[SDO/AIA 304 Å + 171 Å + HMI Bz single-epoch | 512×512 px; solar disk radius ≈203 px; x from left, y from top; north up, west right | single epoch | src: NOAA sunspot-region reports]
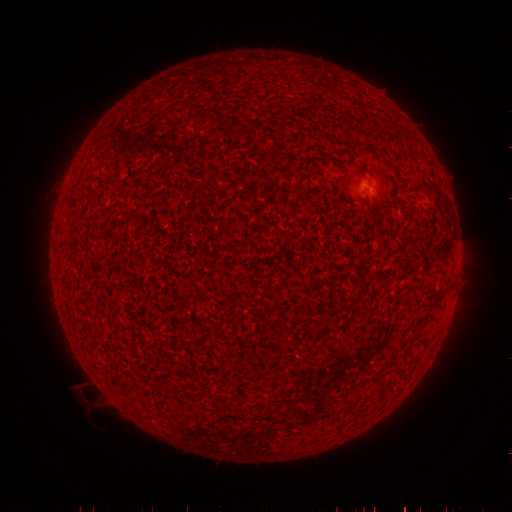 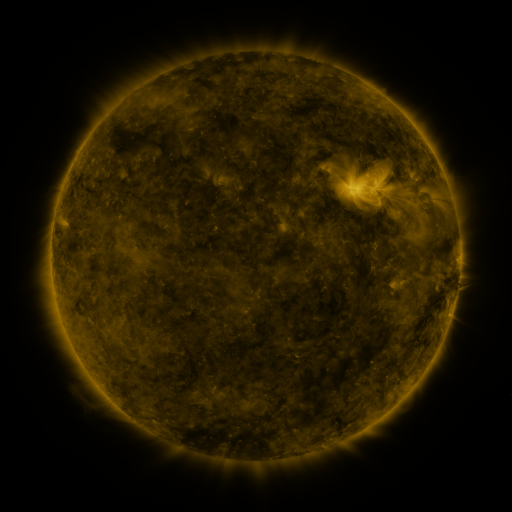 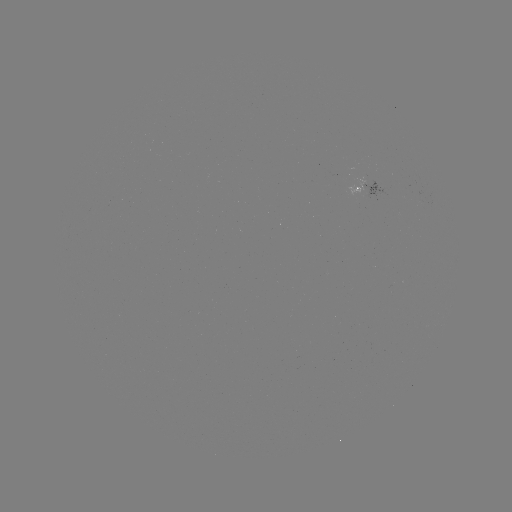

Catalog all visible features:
spotted active region: (367, 186)
